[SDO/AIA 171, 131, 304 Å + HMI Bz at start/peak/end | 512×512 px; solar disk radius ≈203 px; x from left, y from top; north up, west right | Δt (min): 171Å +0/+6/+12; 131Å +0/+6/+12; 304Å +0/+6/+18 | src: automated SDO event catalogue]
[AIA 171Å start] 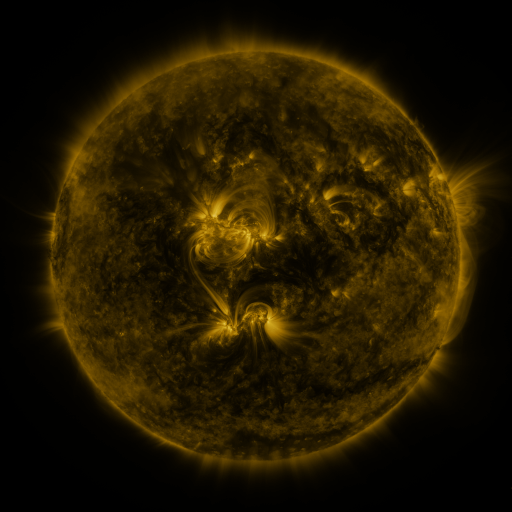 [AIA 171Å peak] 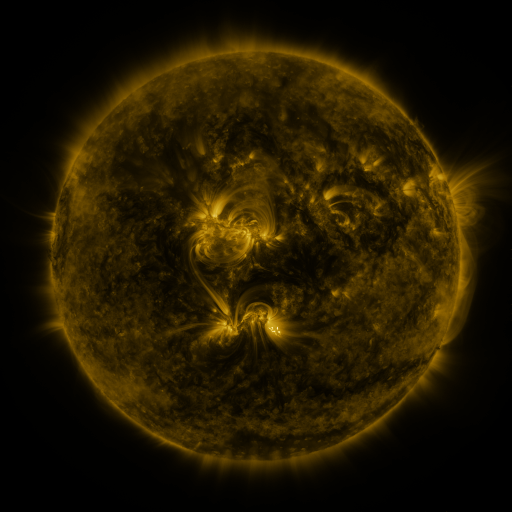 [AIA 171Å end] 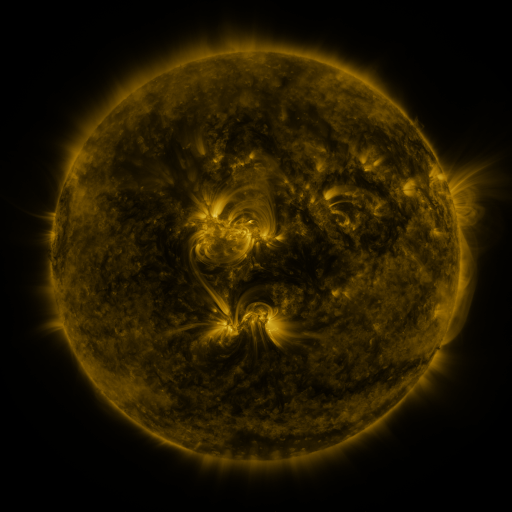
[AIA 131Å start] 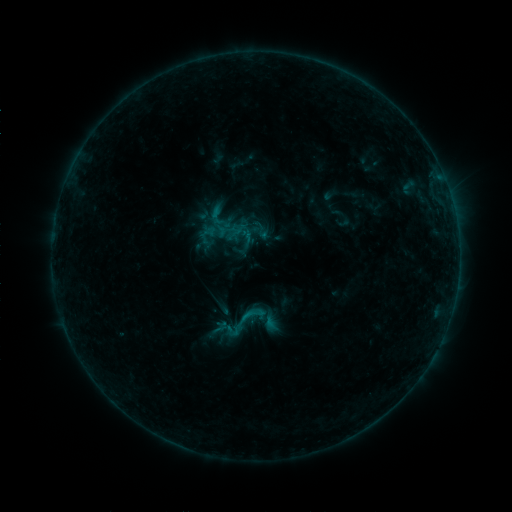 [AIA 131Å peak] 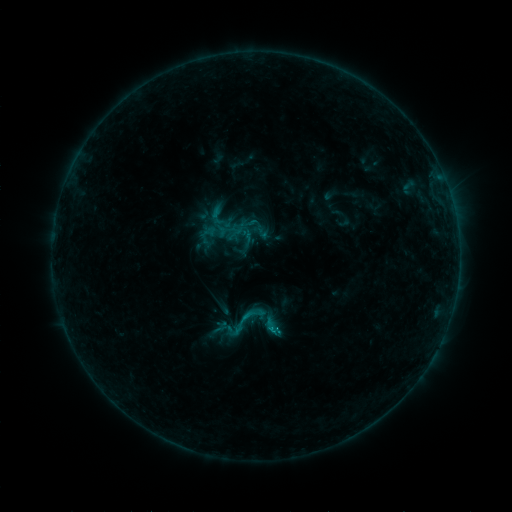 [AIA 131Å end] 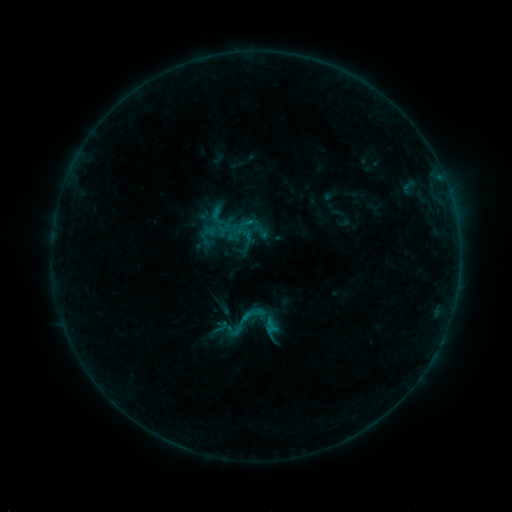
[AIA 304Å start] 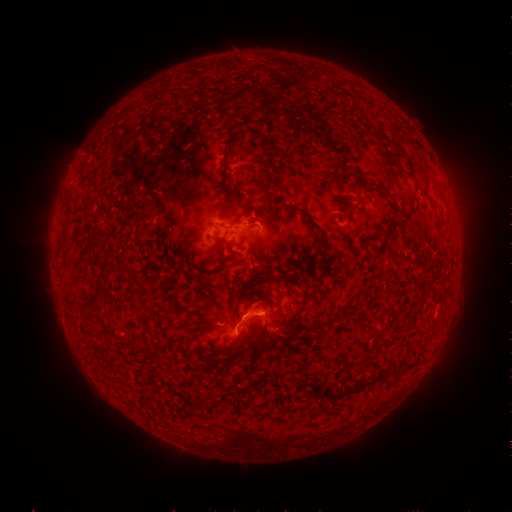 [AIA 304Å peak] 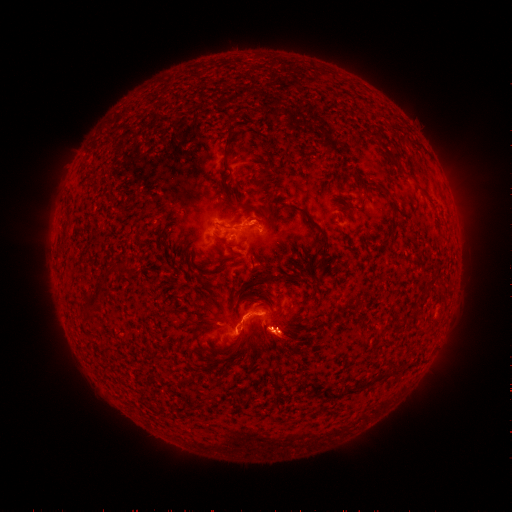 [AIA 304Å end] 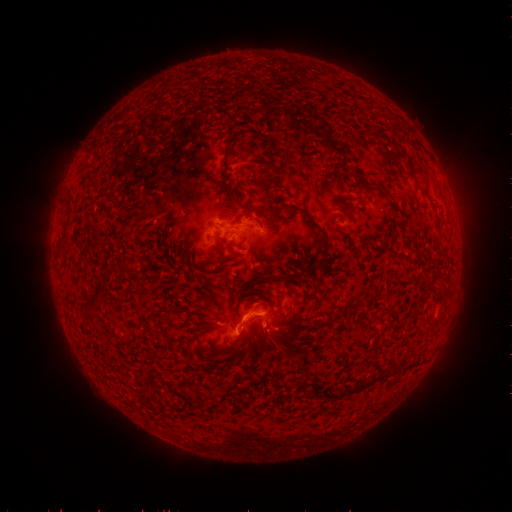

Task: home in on eruption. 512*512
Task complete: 274,338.